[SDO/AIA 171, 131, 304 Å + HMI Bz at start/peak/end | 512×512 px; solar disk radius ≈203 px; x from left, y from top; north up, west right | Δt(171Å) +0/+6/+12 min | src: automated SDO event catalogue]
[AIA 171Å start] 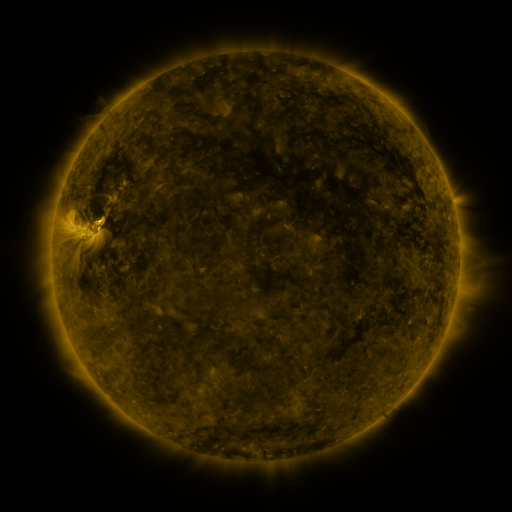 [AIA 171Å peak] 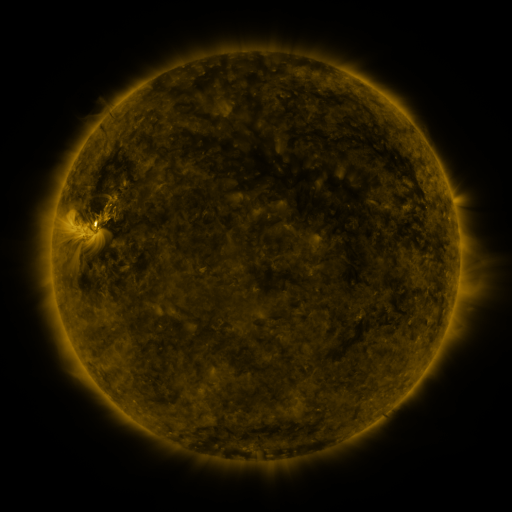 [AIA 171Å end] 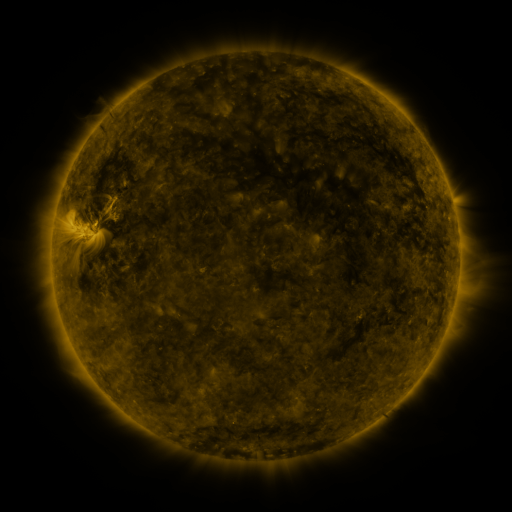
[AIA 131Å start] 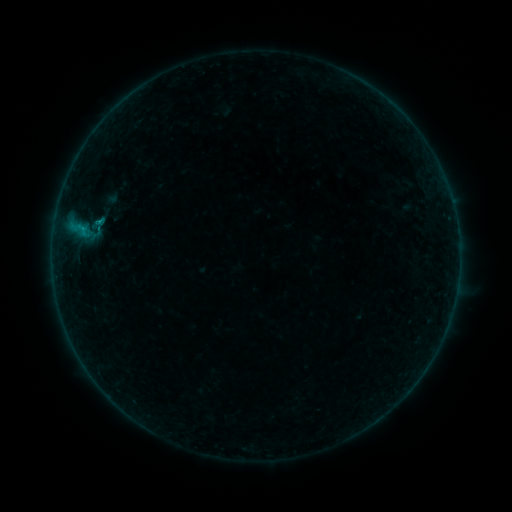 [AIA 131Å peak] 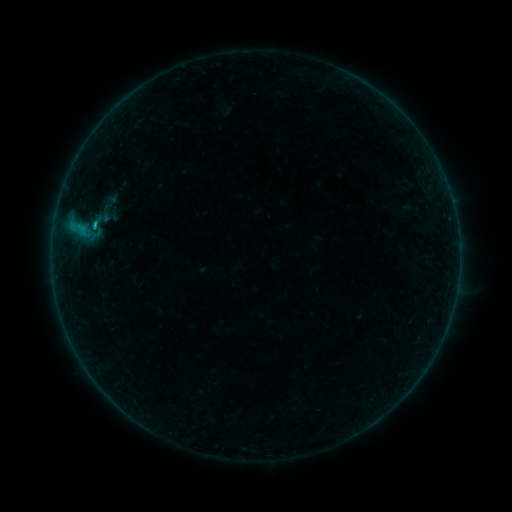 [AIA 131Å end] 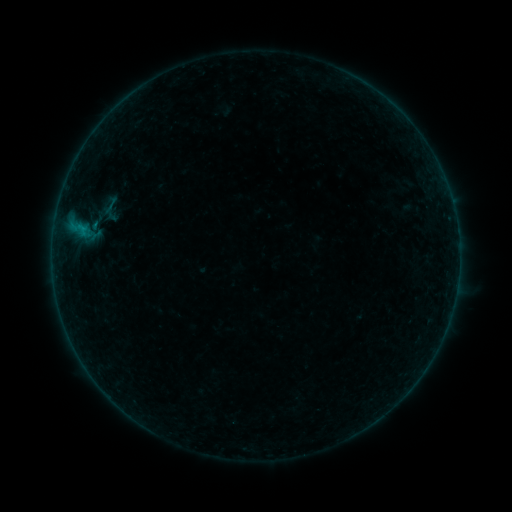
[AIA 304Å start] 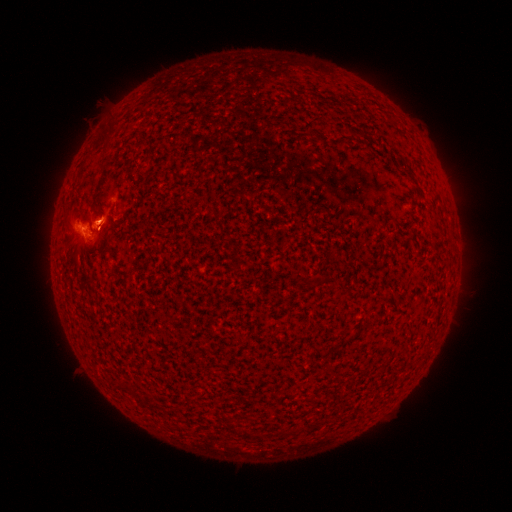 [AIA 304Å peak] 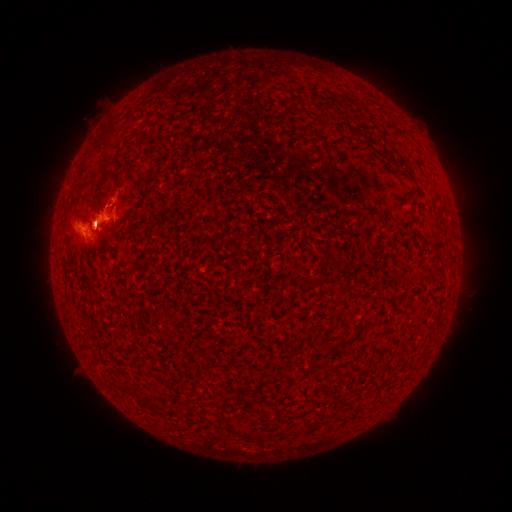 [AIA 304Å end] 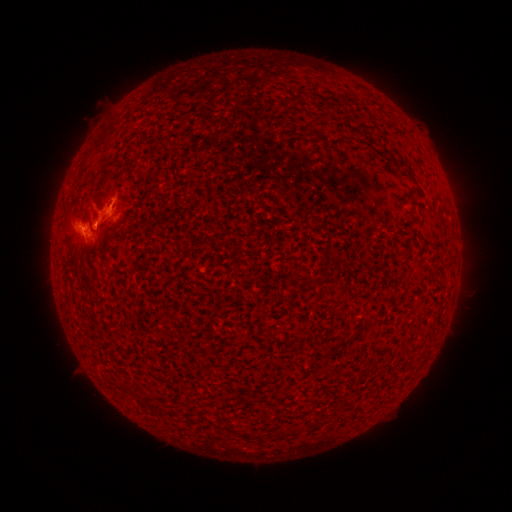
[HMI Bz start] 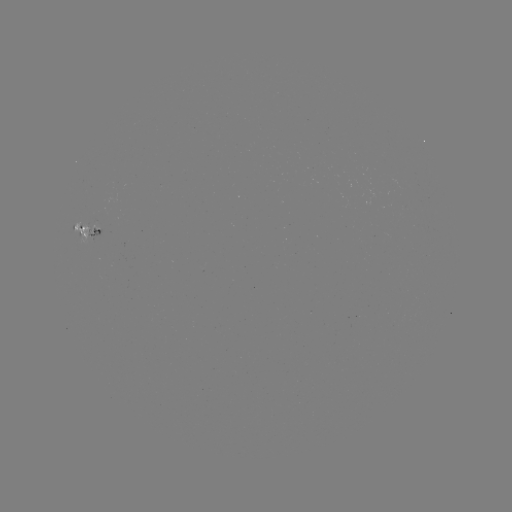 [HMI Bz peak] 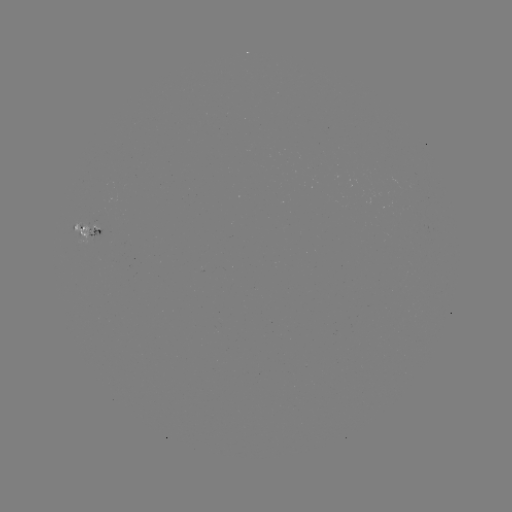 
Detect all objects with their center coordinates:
B5.2 flare: (96, 227)
